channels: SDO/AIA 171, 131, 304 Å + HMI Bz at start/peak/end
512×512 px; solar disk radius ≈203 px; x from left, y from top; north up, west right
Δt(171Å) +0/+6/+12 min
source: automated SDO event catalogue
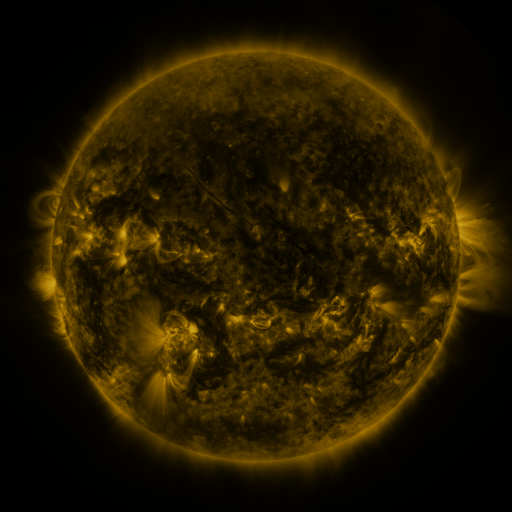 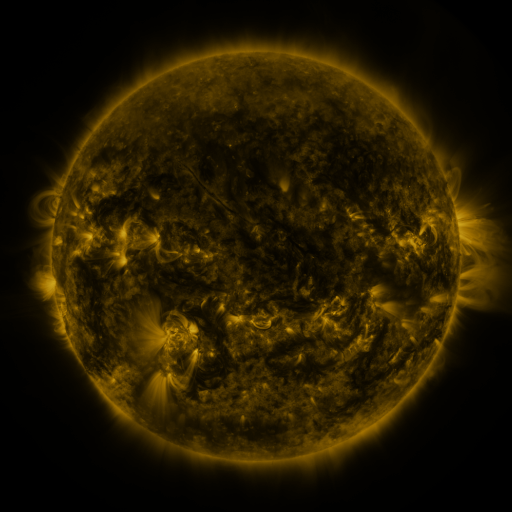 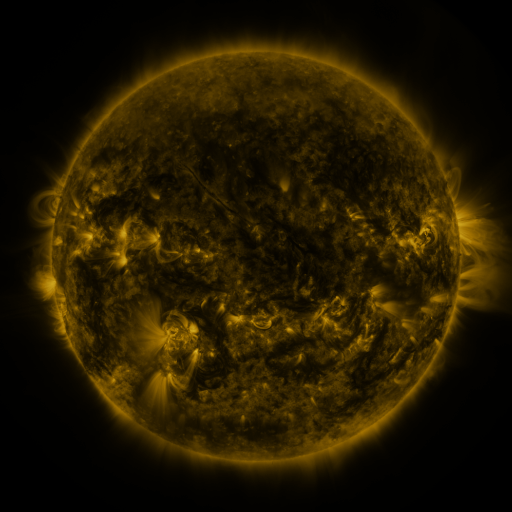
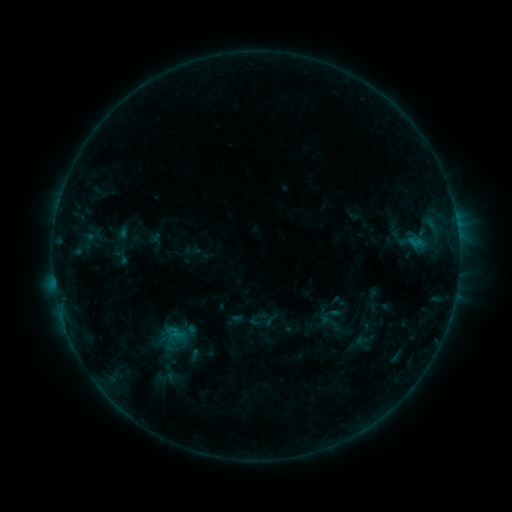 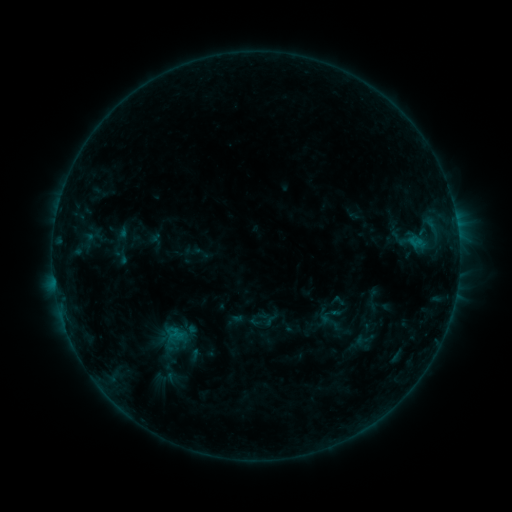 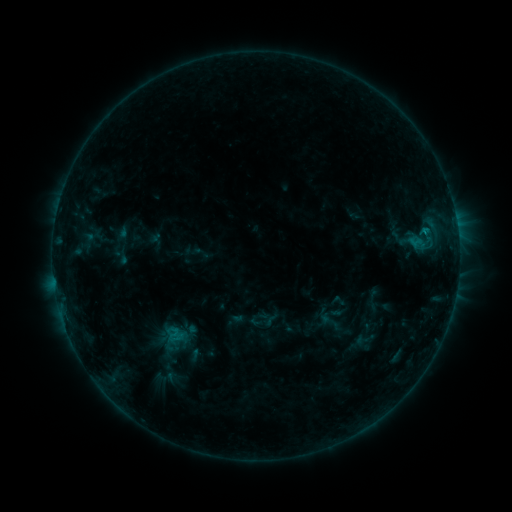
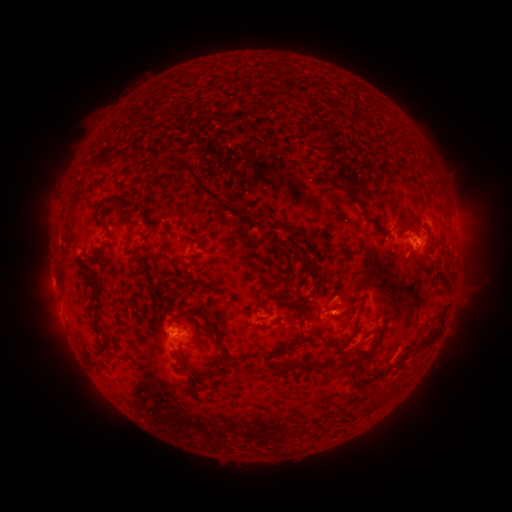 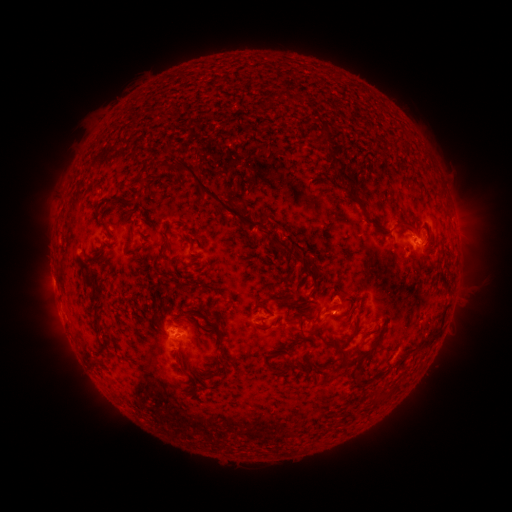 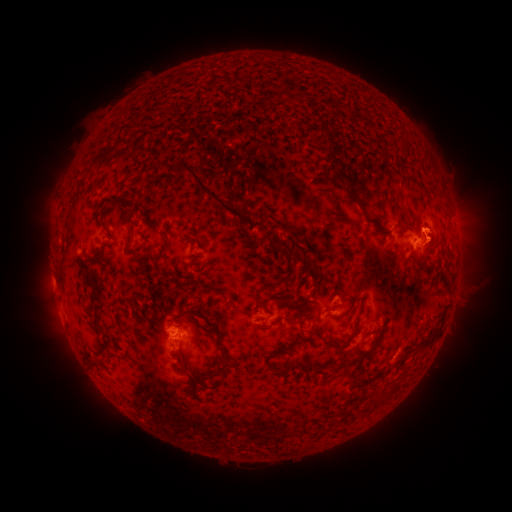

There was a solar eruption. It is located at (439, 241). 